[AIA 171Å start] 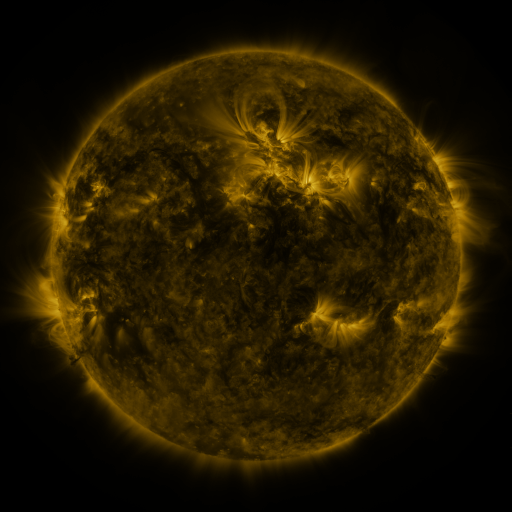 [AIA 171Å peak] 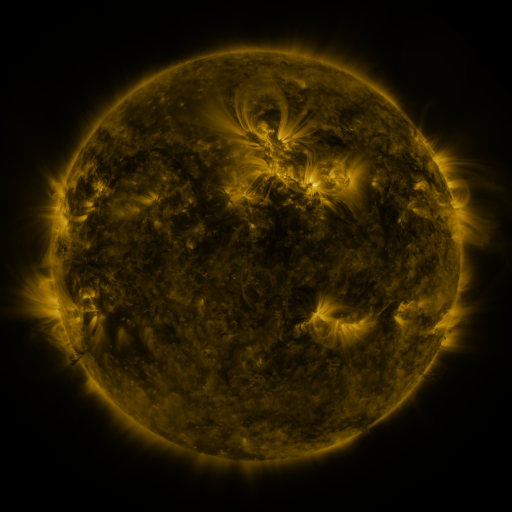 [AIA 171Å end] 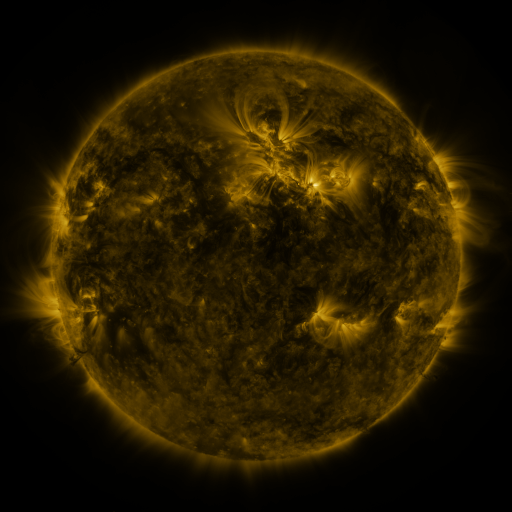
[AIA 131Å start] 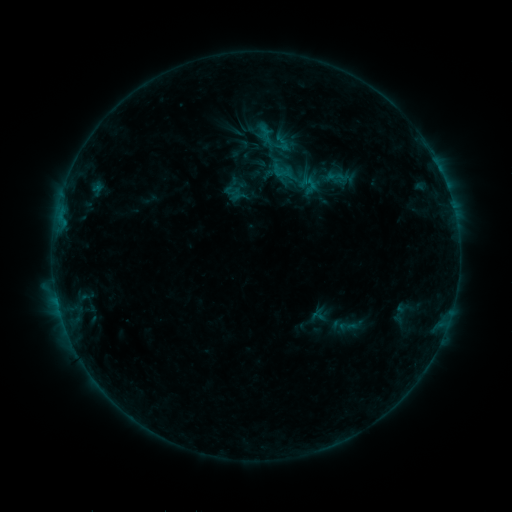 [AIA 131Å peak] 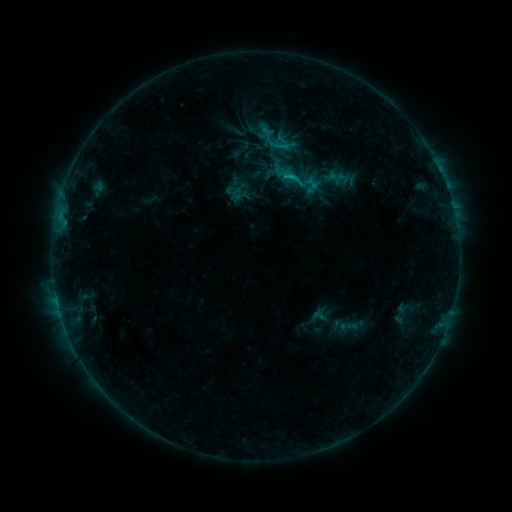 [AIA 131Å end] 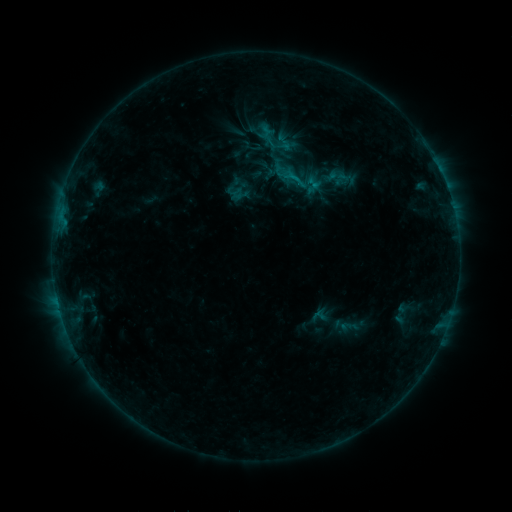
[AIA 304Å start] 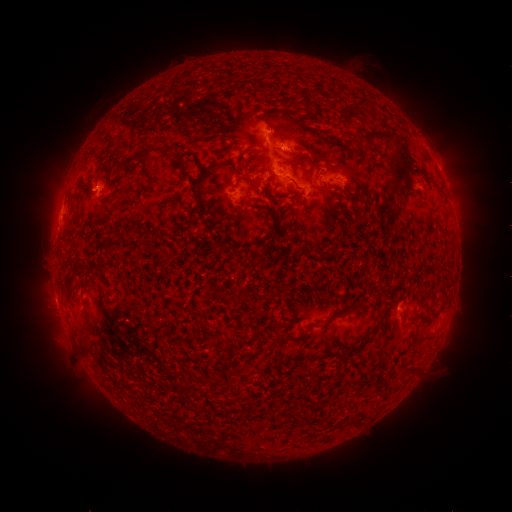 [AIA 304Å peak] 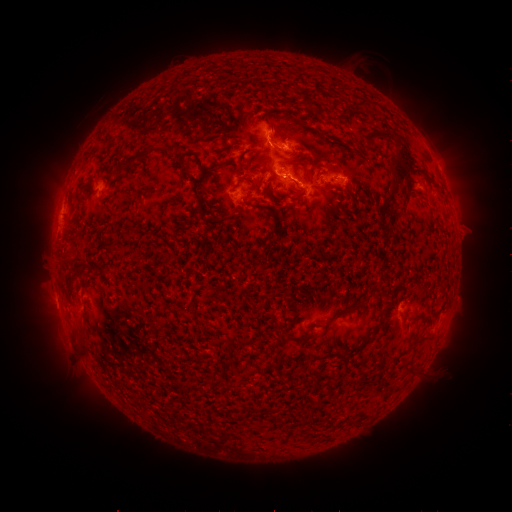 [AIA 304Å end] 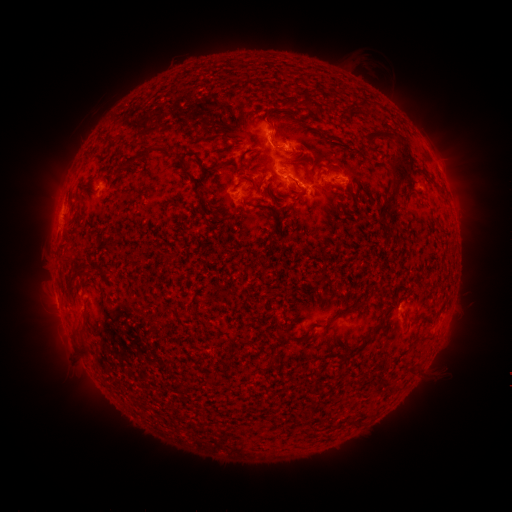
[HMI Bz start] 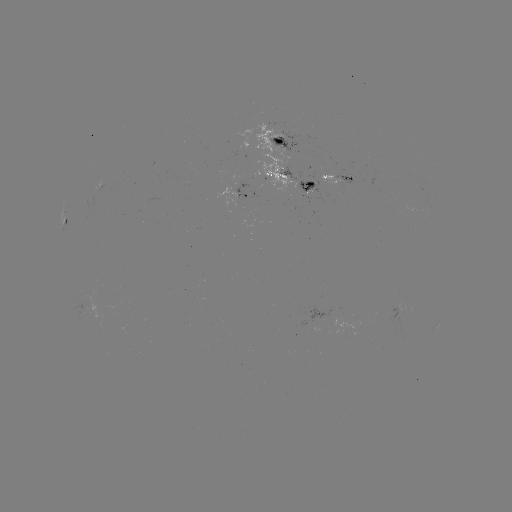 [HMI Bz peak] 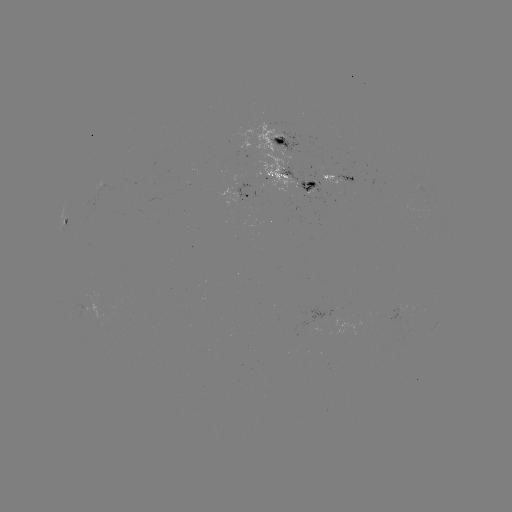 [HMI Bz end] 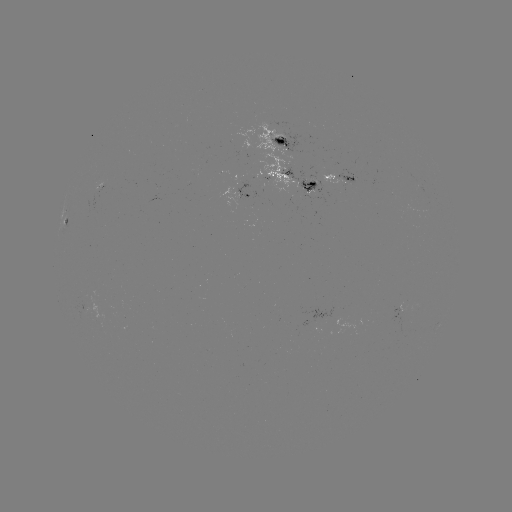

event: flare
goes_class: C1.3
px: (289, 179)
